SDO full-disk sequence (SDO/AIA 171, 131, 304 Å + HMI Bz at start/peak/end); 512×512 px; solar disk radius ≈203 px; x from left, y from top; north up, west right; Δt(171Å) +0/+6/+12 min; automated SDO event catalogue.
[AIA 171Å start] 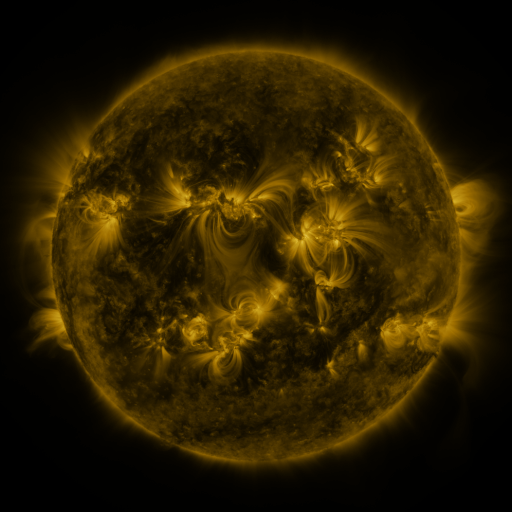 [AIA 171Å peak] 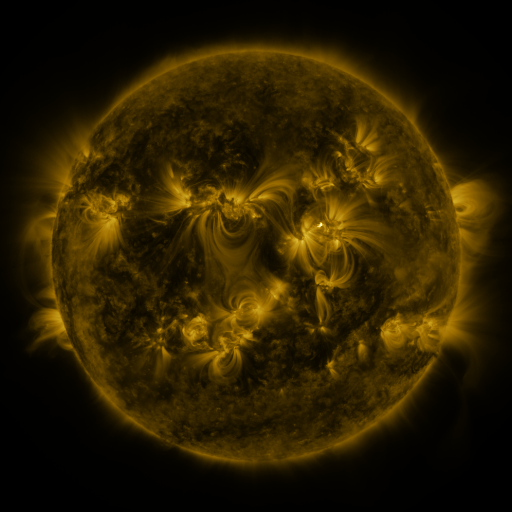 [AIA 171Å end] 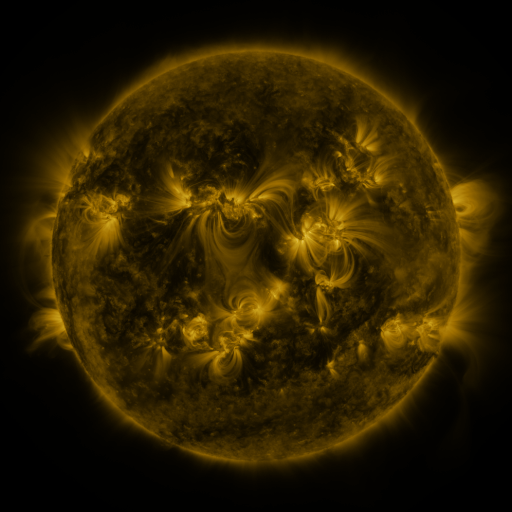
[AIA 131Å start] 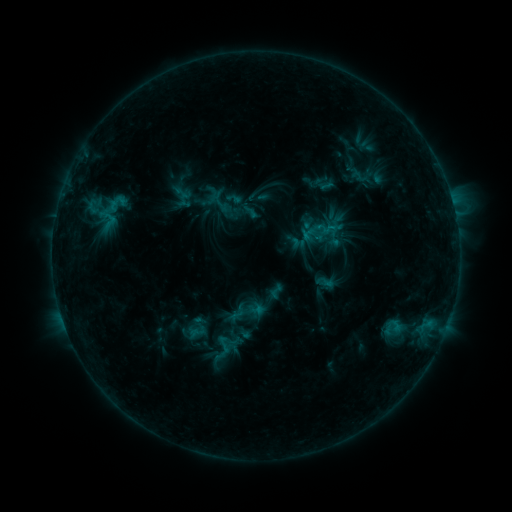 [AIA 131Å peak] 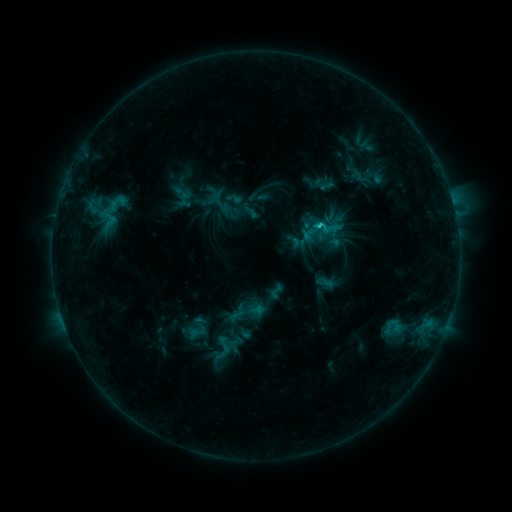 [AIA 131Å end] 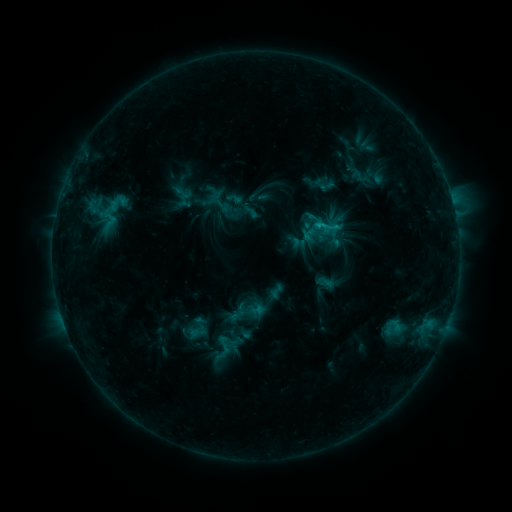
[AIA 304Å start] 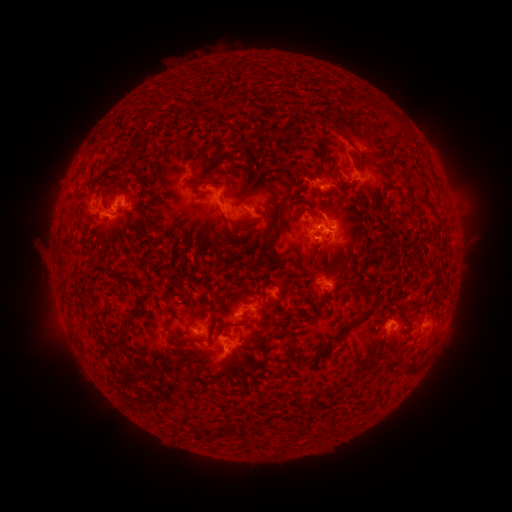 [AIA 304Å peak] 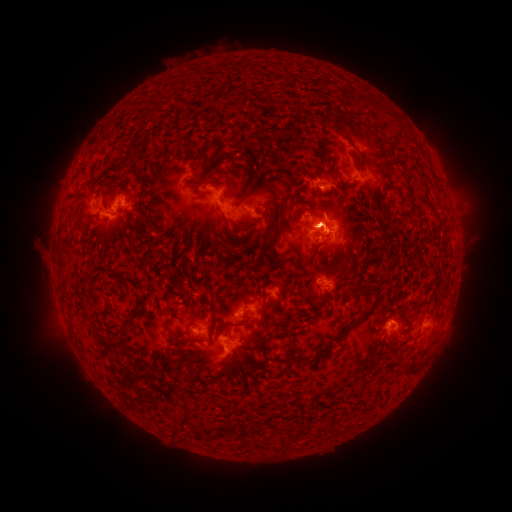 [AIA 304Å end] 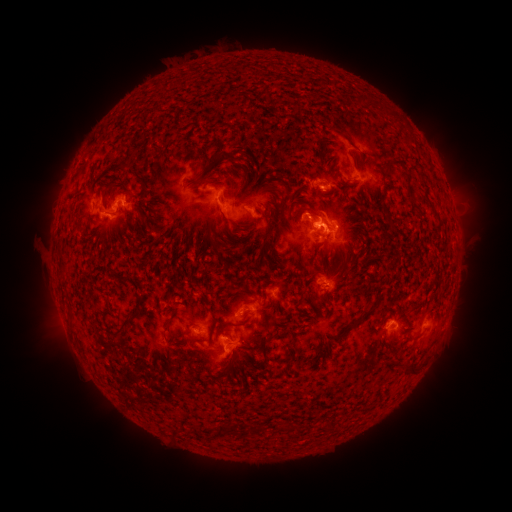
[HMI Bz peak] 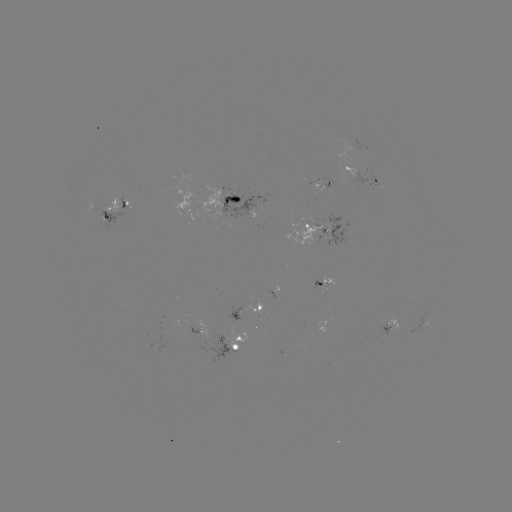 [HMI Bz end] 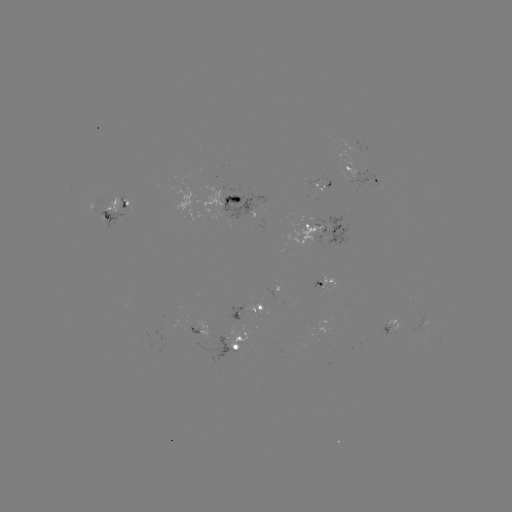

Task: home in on C1.2 flare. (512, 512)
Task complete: (318, 229).